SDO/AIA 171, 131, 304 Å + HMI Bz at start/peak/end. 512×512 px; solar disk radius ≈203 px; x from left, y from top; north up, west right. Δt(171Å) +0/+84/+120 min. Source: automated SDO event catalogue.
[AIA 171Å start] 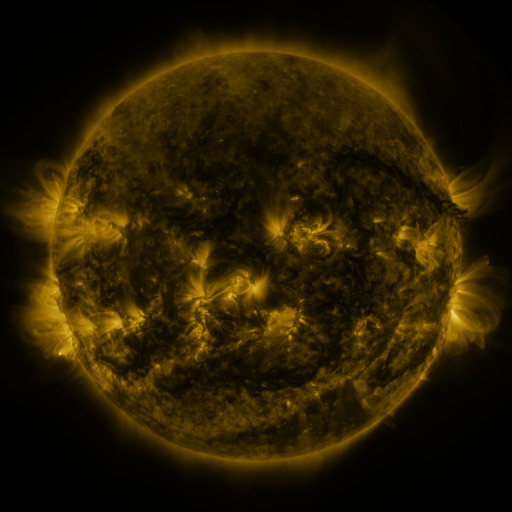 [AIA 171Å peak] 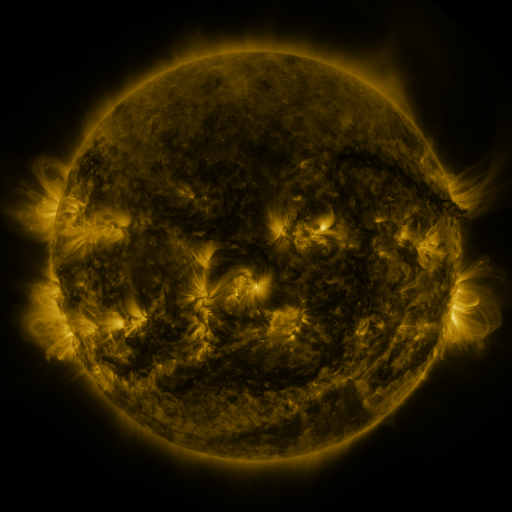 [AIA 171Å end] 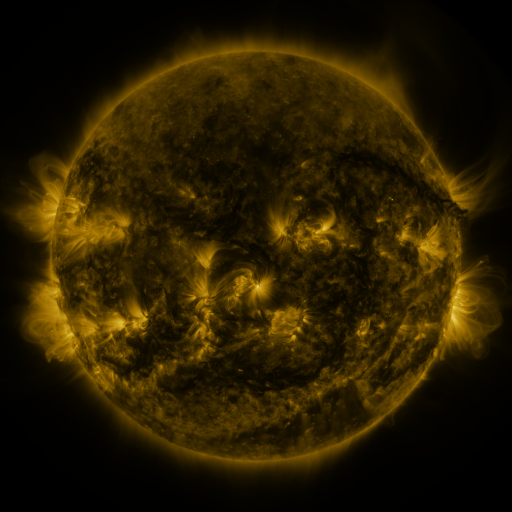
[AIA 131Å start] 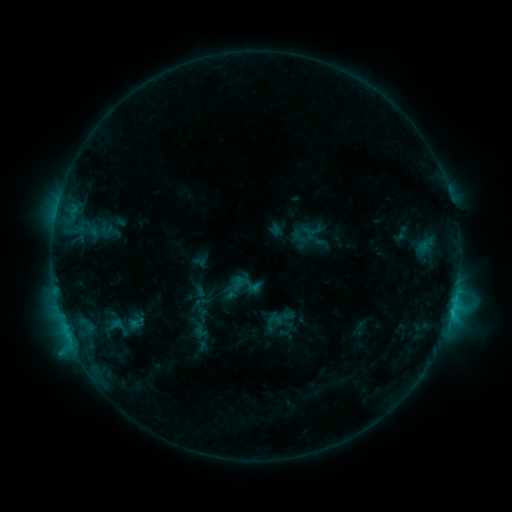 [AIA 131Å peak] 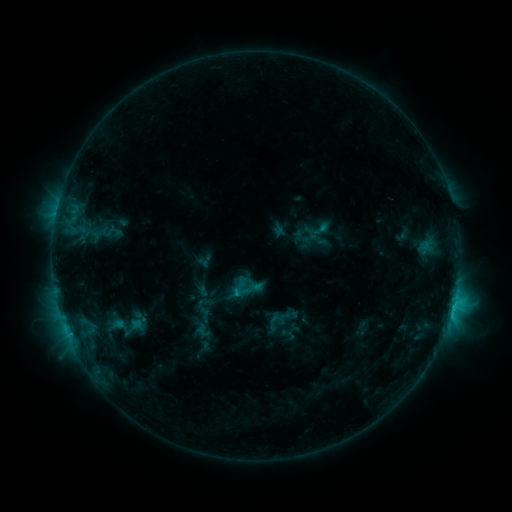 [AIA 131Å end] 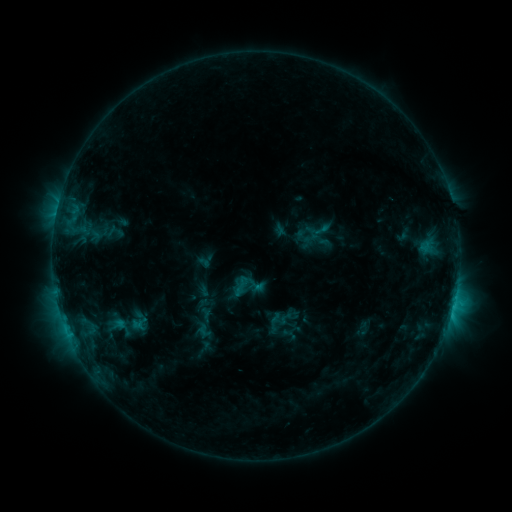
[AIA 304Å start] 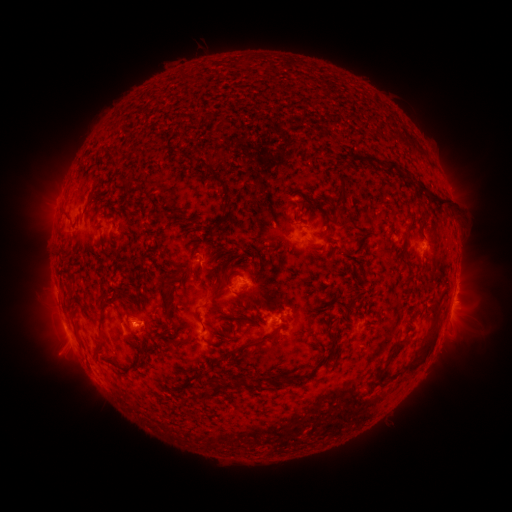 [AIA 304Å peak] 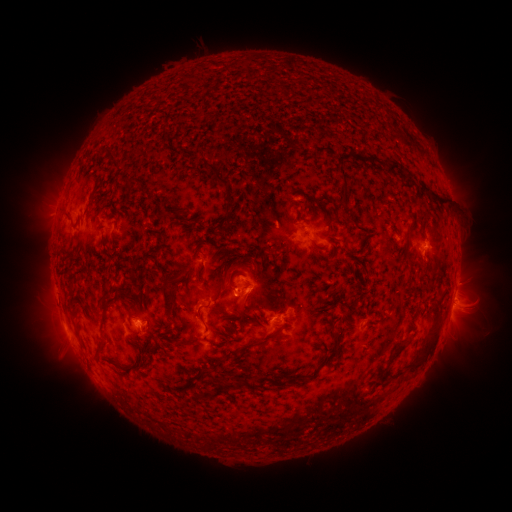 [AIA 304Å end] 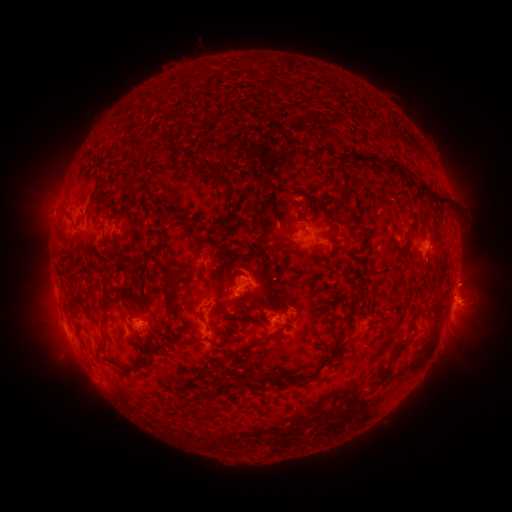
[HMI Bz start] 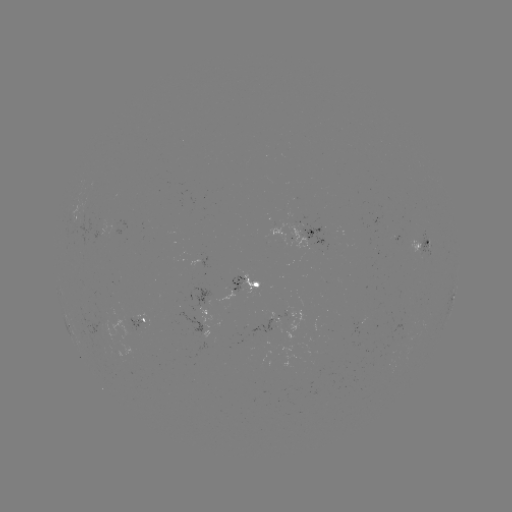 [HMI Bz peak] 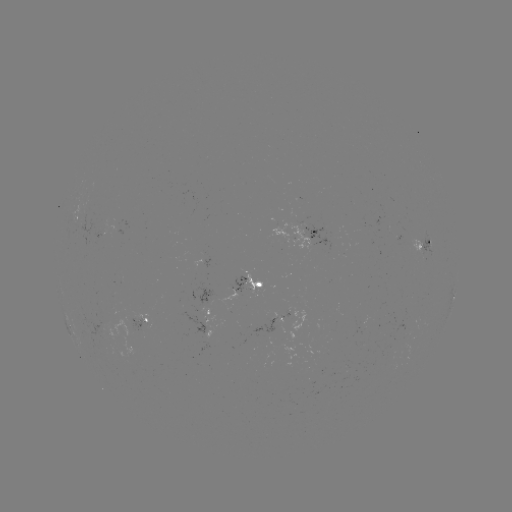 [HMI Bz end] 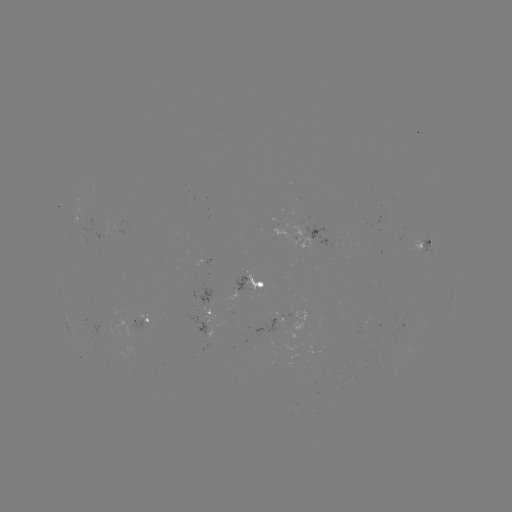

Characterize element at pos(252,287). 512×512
emerging-flux region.